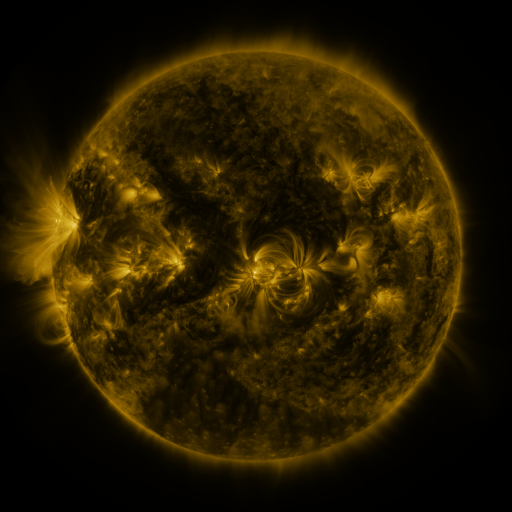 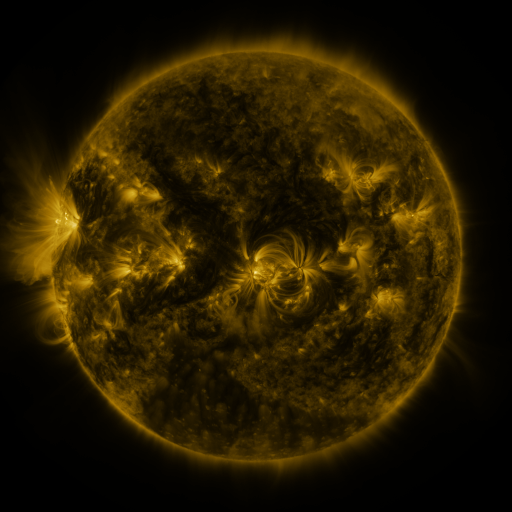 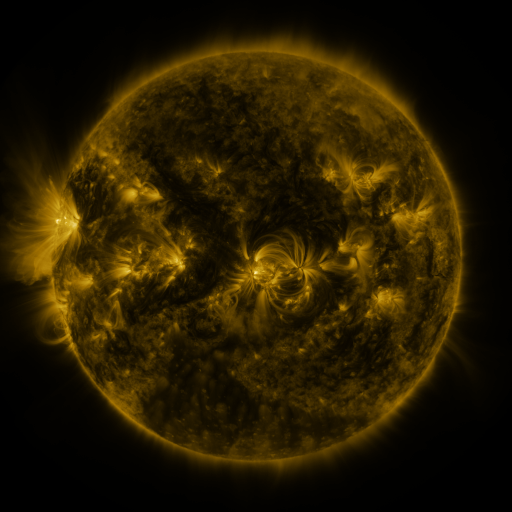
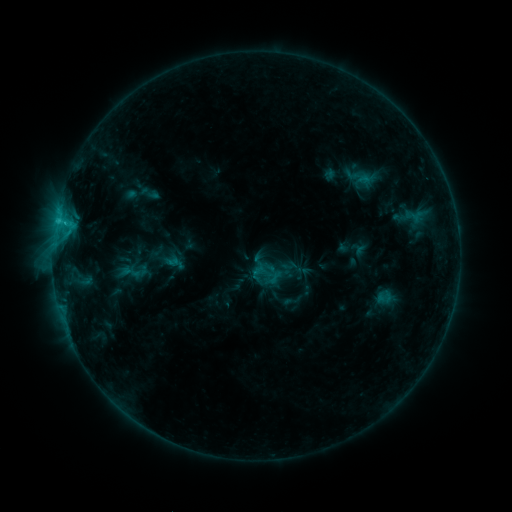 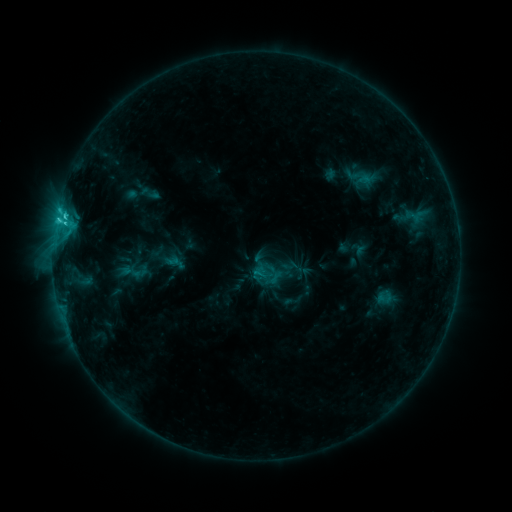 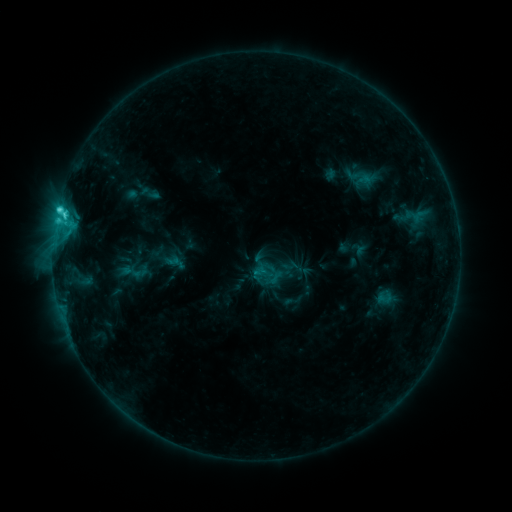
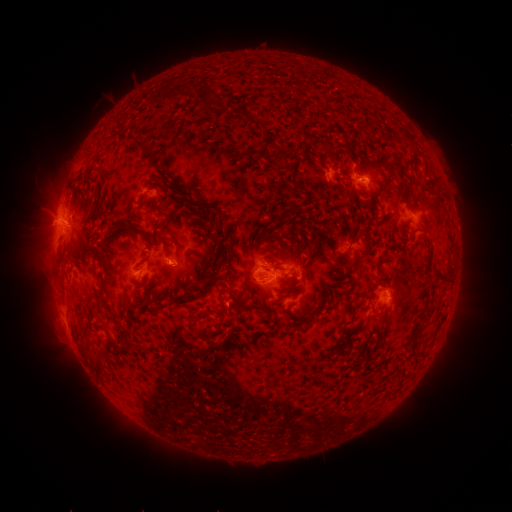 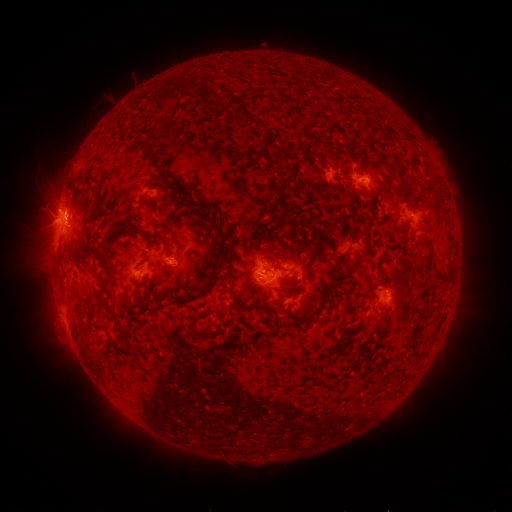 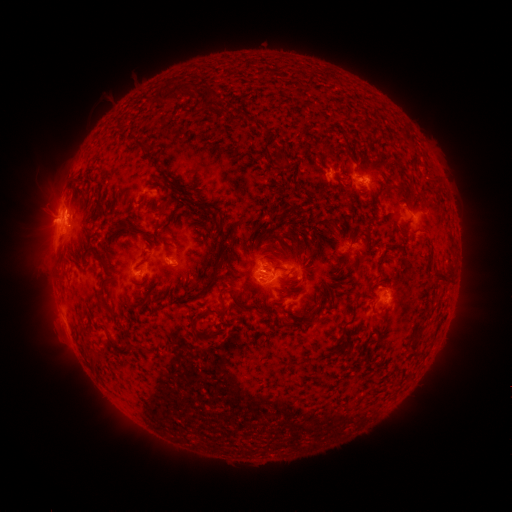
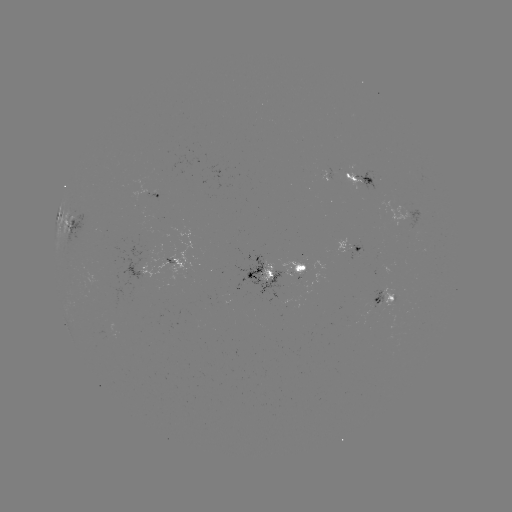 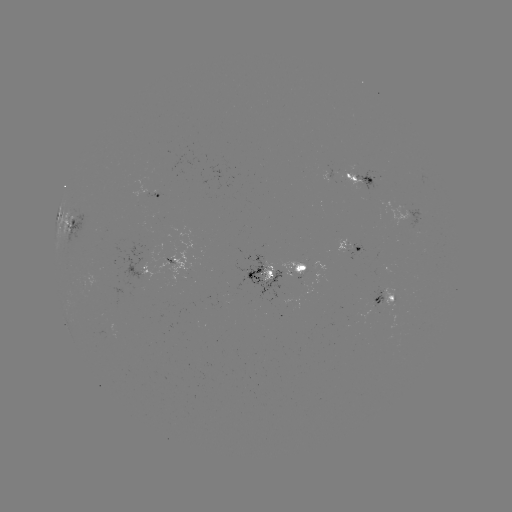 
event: flare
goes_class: C3.1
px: (65, 217)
